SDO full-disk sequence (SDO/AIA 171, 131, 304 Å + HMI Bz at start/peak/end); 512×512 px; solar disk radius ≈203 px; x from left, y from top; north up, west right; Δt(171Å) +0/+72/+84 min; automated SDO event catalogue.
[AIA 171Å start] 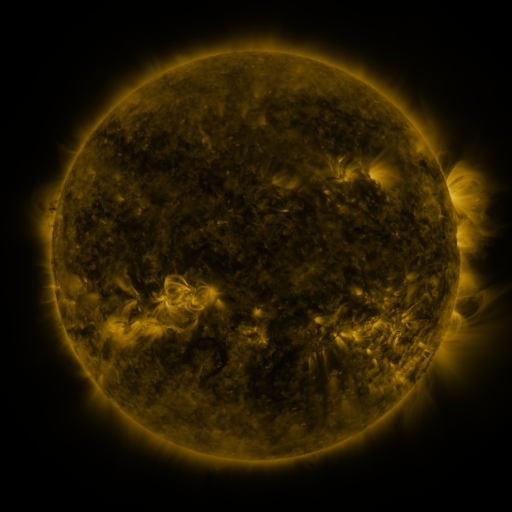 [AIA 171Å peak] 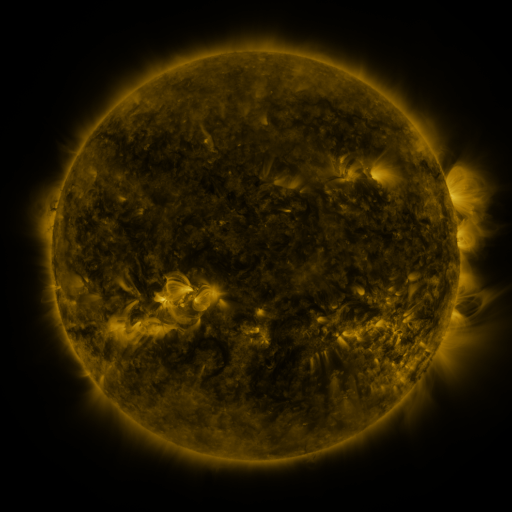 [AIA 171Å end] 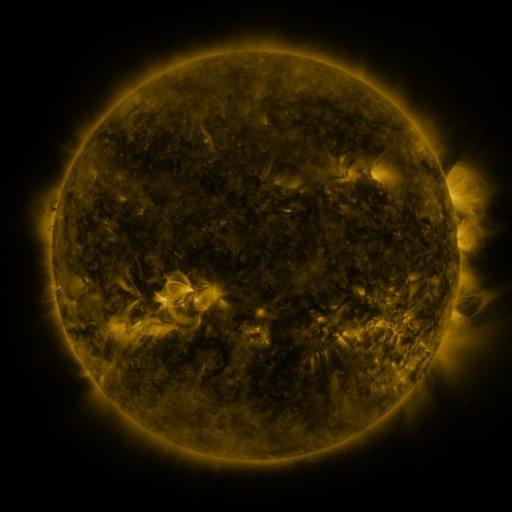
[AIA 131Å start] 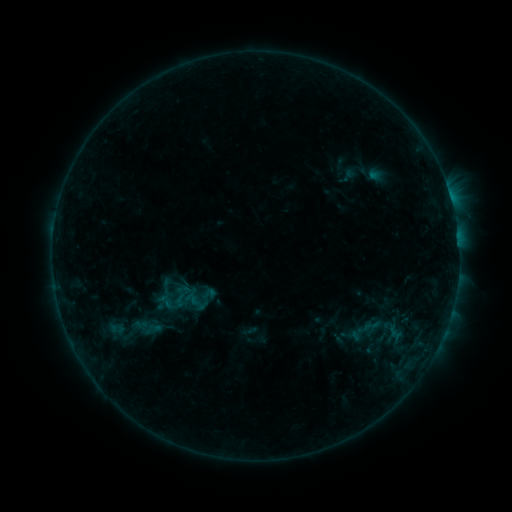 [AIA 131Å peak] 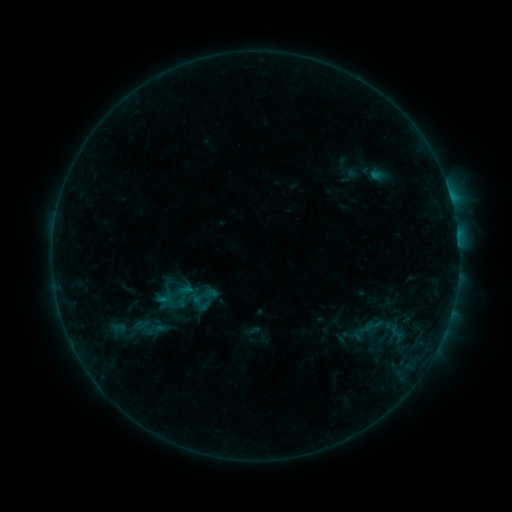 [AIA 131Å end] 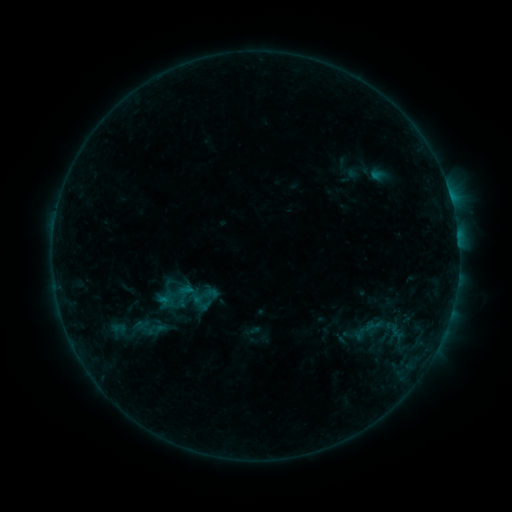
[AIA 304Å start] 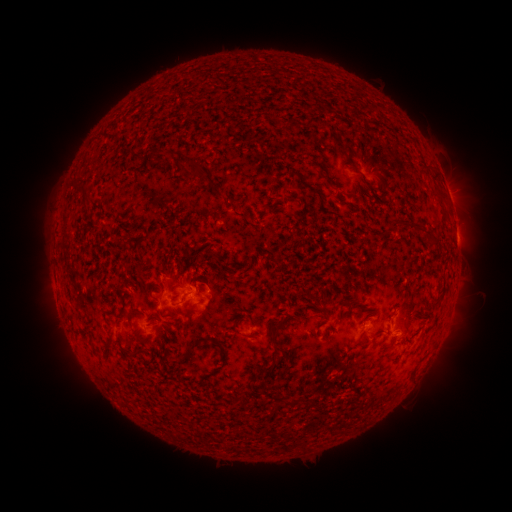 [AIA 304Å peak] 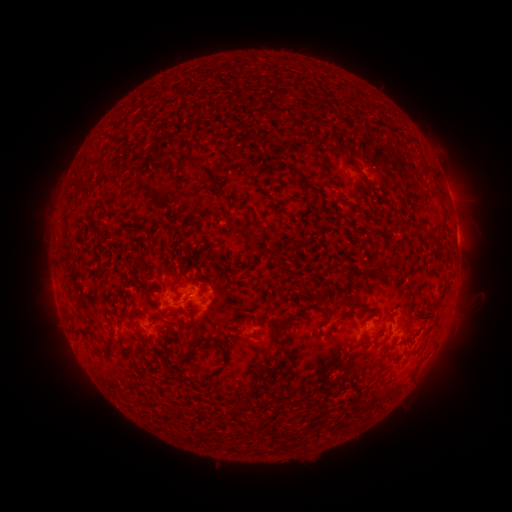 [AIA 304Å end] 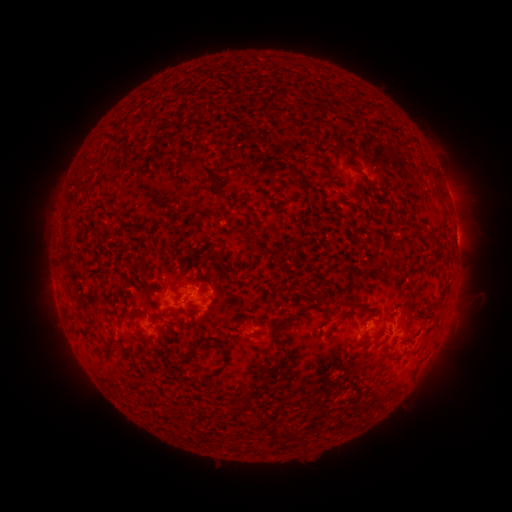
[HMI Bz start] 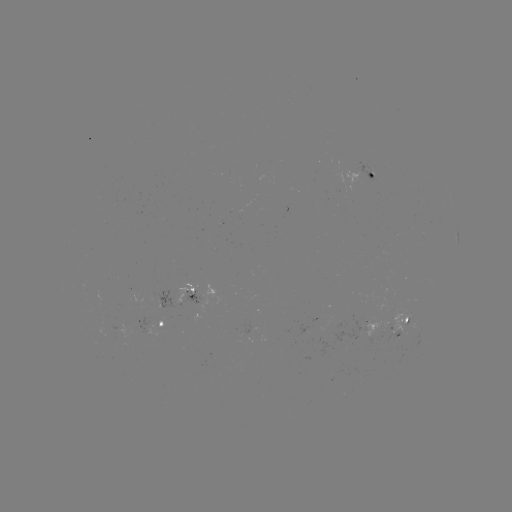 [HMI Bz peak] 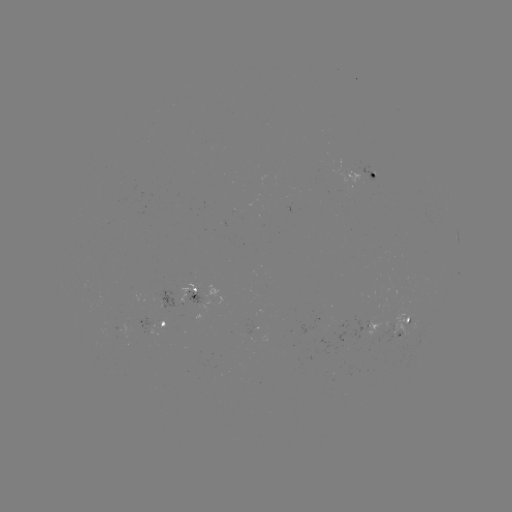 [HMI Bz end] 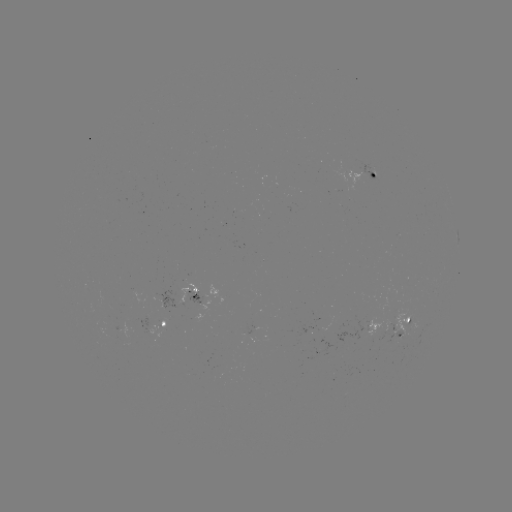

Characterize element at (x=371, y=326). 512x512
emerging-flux region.